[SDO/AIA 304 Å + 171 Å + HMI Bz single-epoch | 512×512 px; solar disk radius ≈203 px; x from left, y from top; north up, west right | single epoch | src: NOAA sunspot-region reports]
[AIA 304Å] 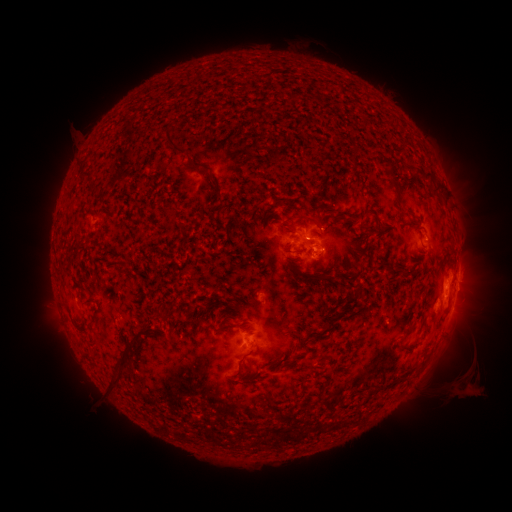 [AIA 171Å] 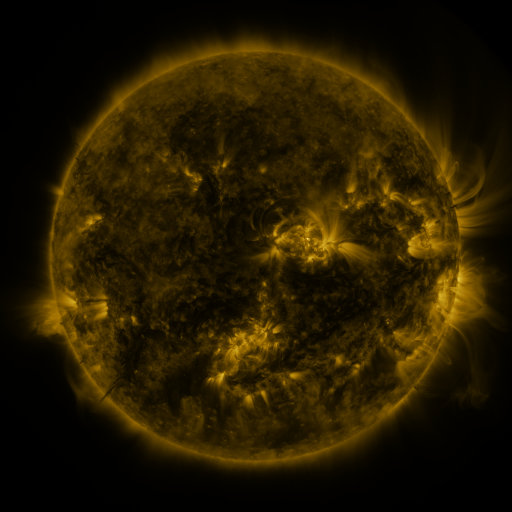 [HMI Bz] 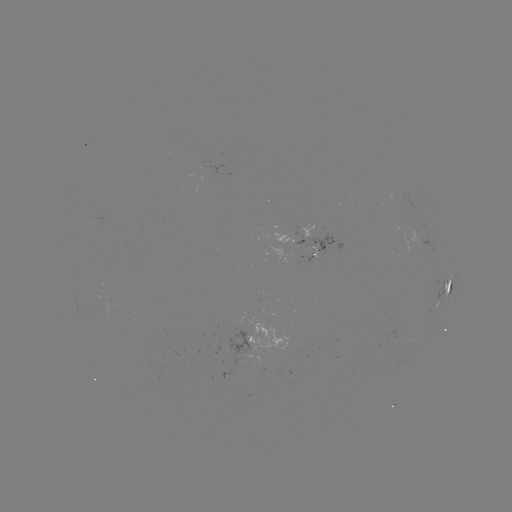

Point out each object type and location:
spotted active region: (287, 242)
spotted active region: (425, 242)
spotted active region: (318, 245)
spotted active region: (457, 280)
spotted active region: (447, 288)
spotted active region: (256, 339)
